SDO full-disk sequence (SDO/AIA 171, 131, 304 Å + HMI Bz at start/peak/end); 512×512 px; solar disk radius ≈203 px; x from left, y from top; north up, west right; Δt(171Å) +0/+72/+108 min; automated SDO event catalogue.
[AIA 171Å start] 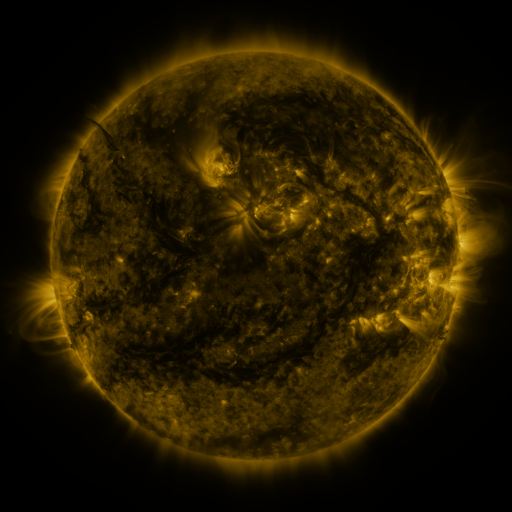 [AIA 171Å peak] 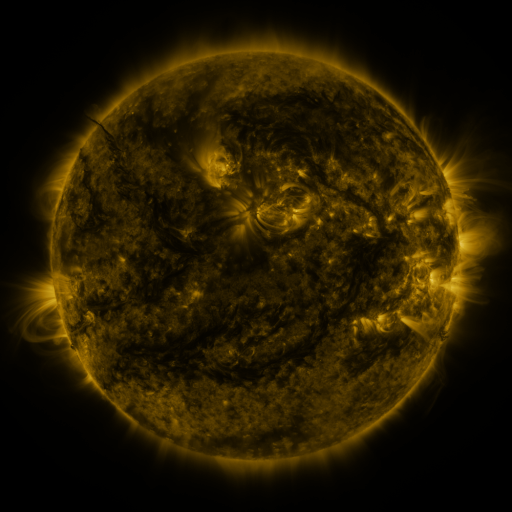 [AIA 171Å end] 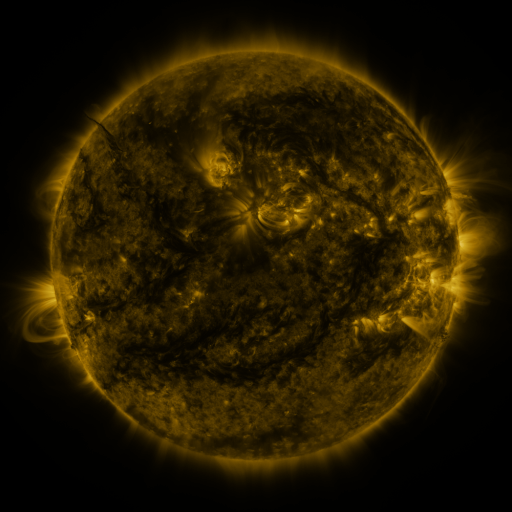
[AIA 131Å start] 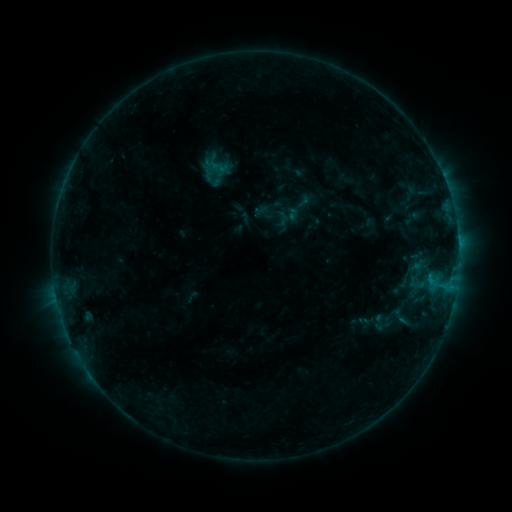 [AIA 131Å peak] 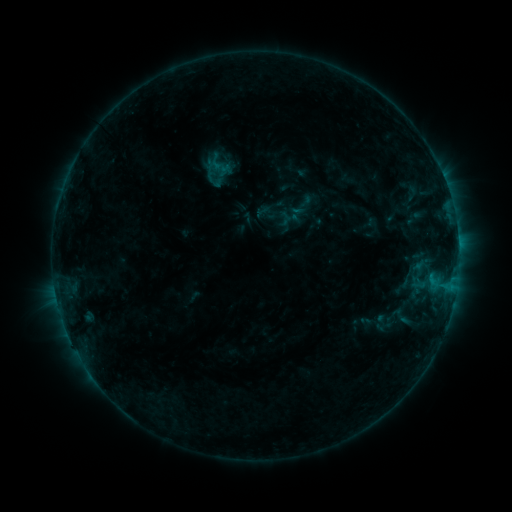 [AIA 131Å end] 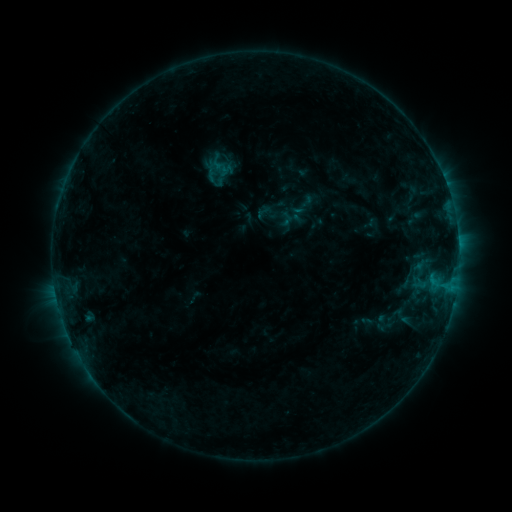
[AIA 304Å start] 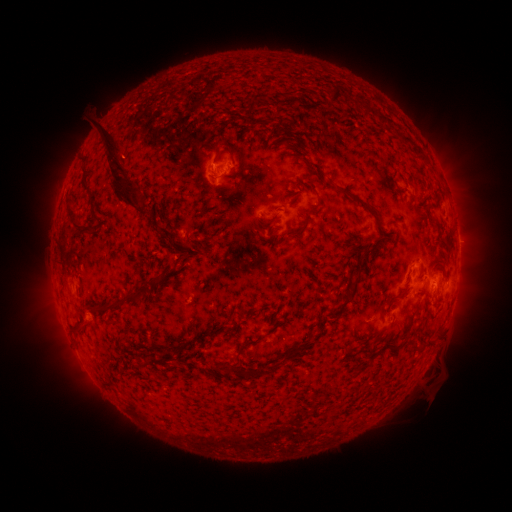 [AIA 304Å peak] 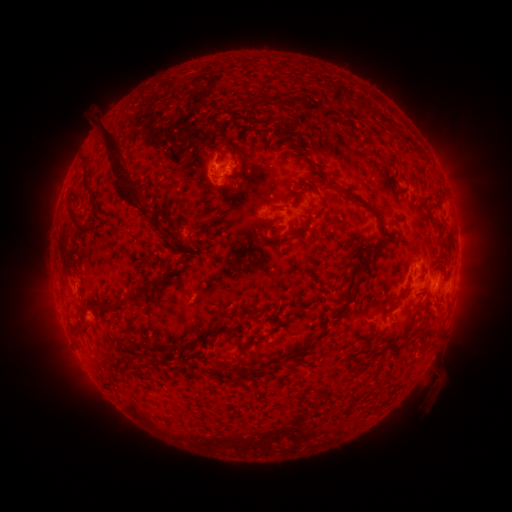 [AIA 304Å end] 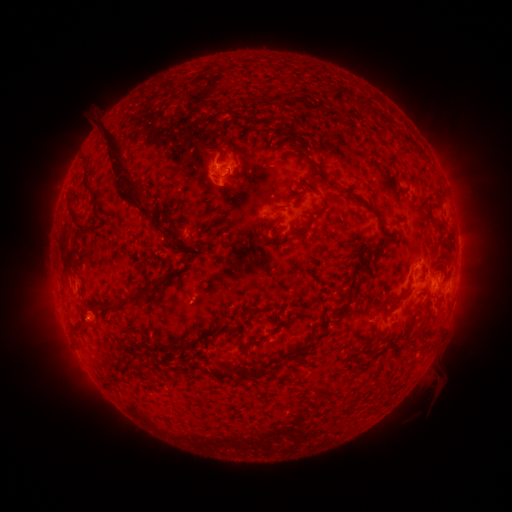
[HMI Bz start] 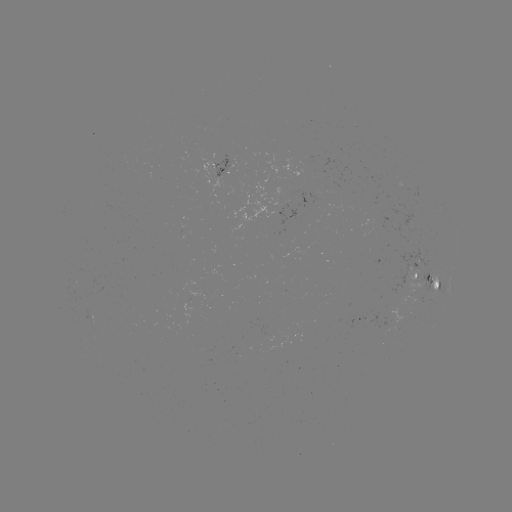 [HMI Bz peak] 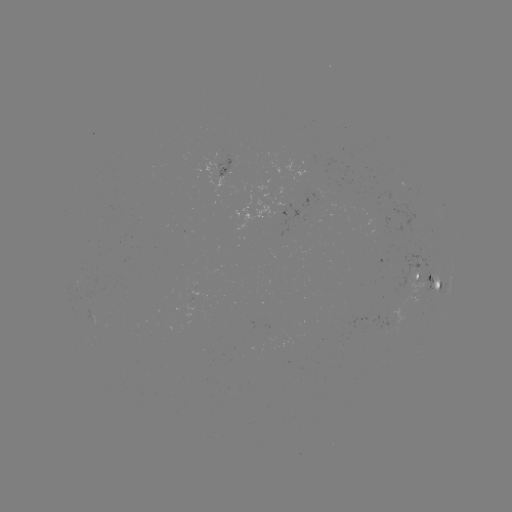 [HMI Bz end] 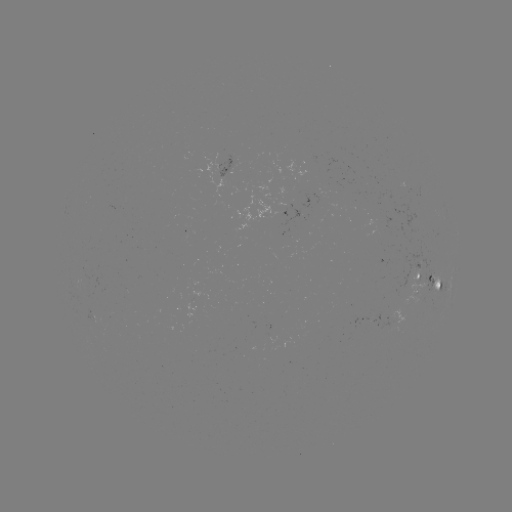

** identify emerging-flux region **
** [381, 197] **